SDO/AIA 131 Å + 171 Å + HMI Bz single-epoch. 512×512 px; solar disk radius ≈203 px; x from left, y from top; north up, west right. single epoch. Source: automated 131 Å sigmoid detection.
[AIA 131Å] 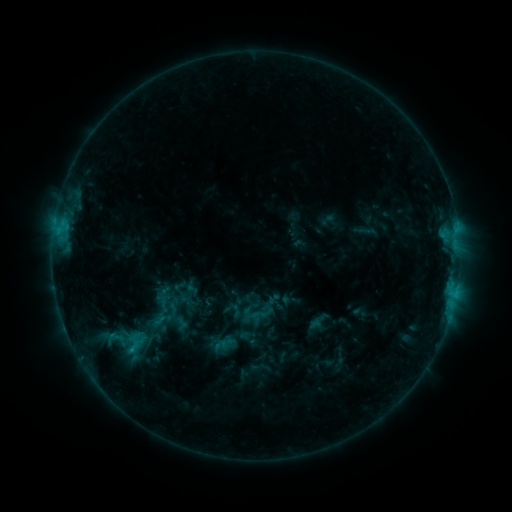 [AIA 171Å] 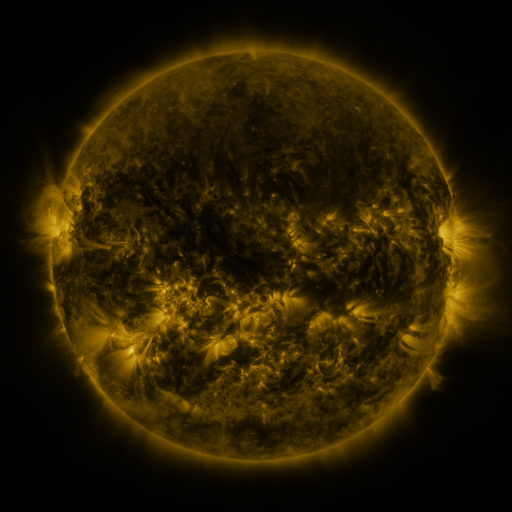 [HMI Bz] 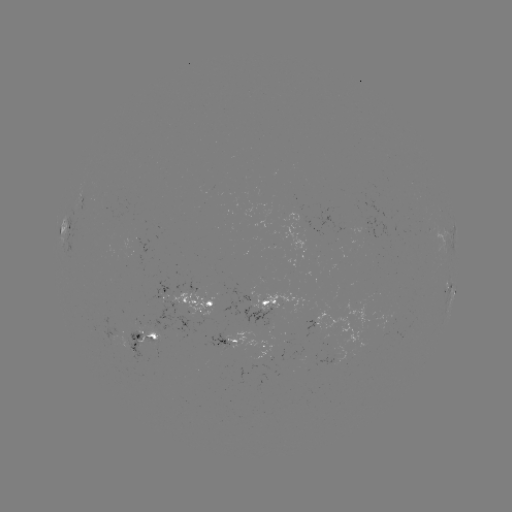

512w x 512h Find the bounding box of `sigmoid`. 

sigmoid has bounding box [181, 285, 200, 304].